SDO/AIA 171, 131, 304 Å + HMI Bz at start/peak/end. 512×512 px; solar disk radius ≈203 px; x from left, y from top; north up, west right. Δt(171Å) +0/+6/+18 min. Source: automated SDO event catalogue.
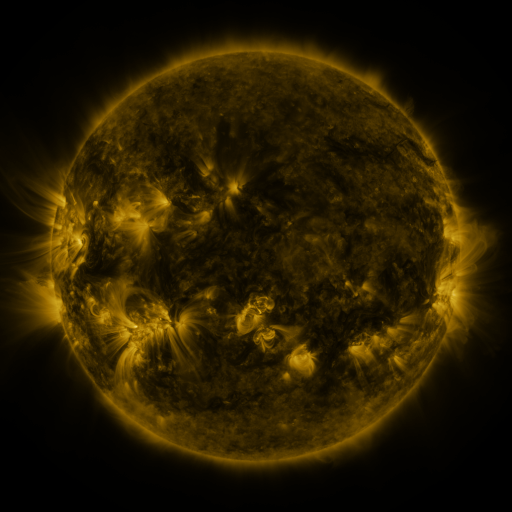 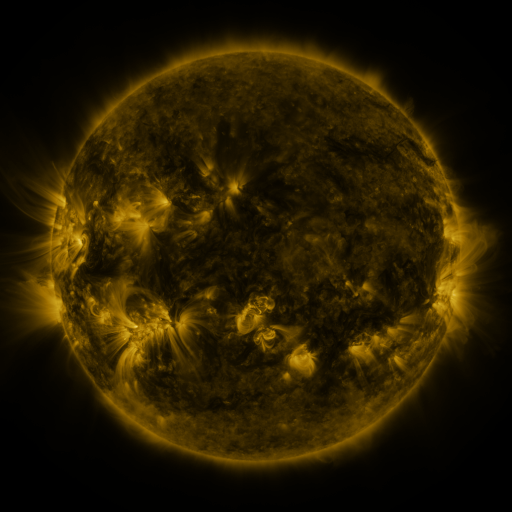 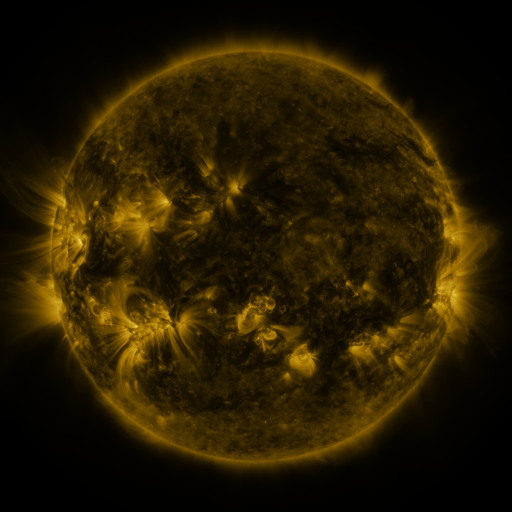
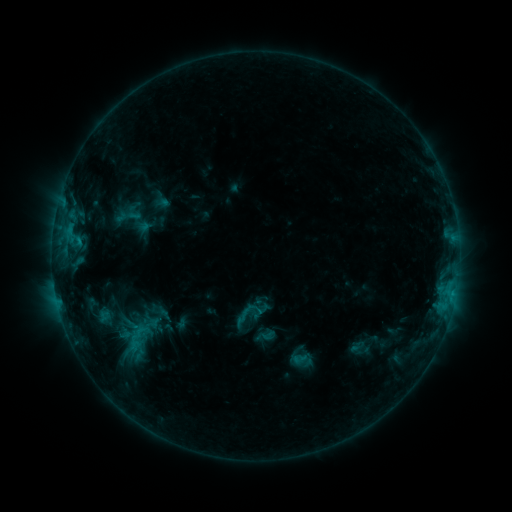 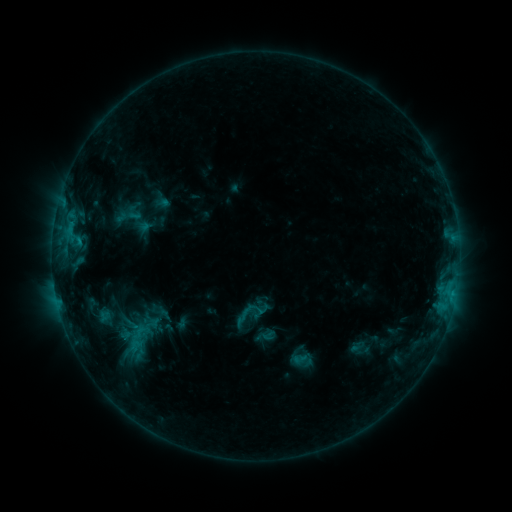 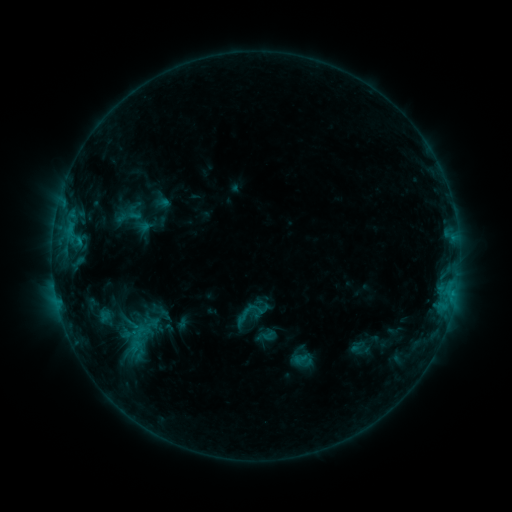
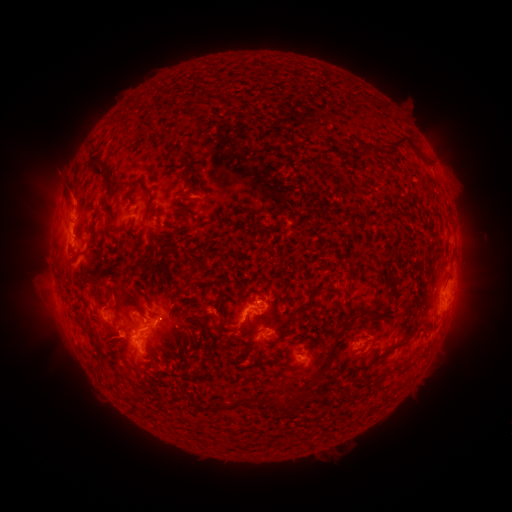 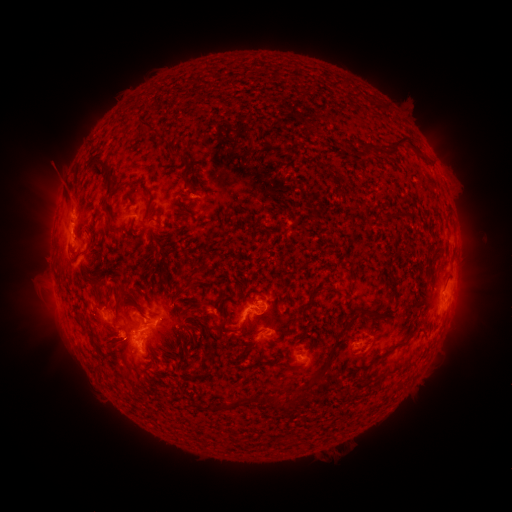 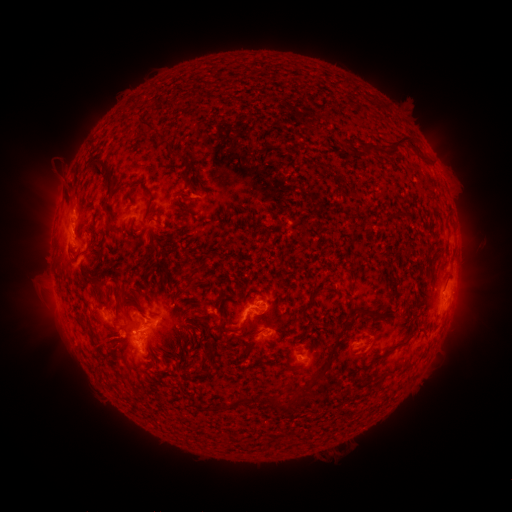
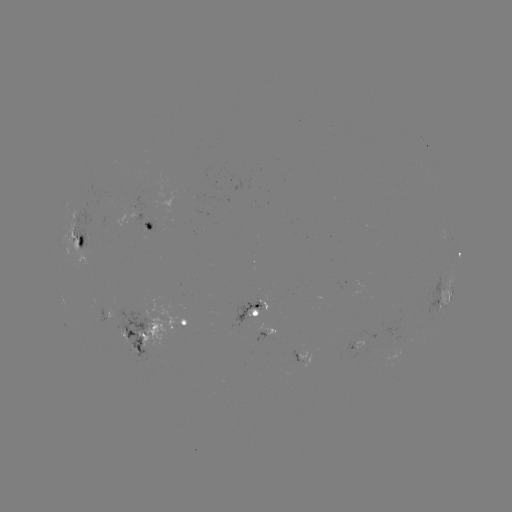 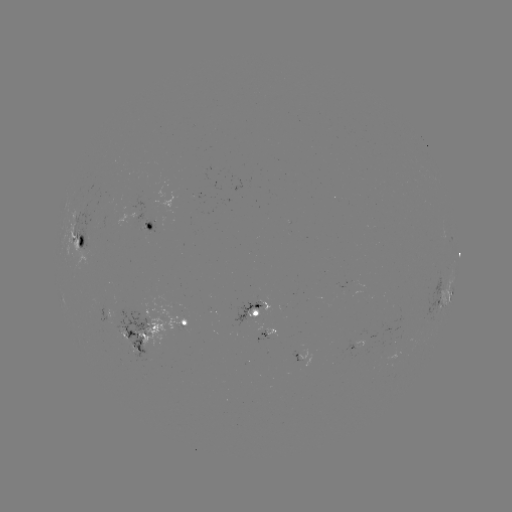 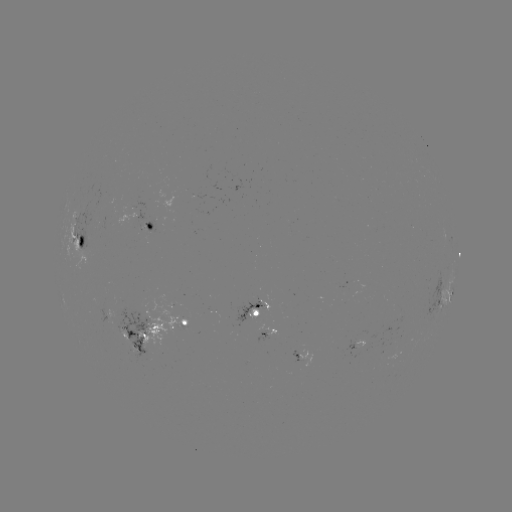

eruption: (34, 153, 81, 205)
